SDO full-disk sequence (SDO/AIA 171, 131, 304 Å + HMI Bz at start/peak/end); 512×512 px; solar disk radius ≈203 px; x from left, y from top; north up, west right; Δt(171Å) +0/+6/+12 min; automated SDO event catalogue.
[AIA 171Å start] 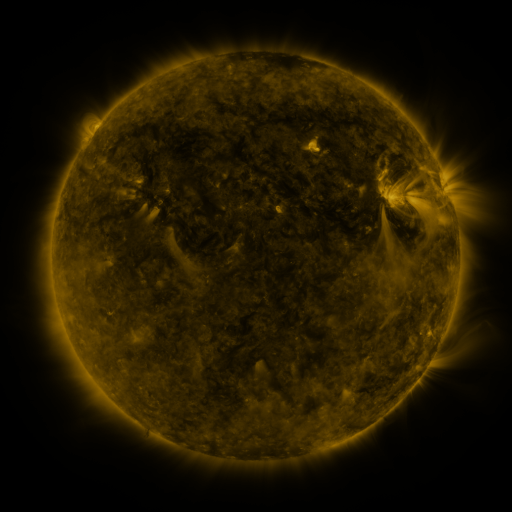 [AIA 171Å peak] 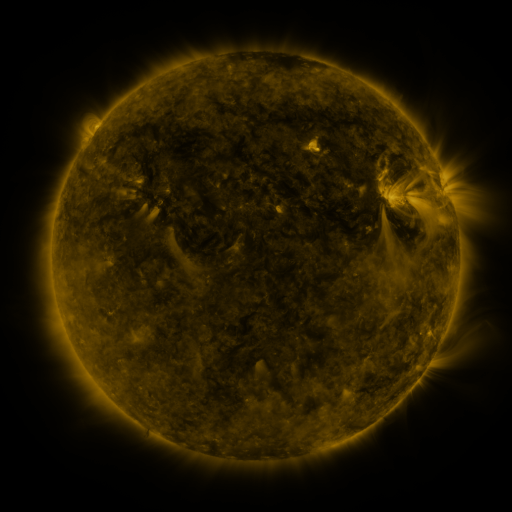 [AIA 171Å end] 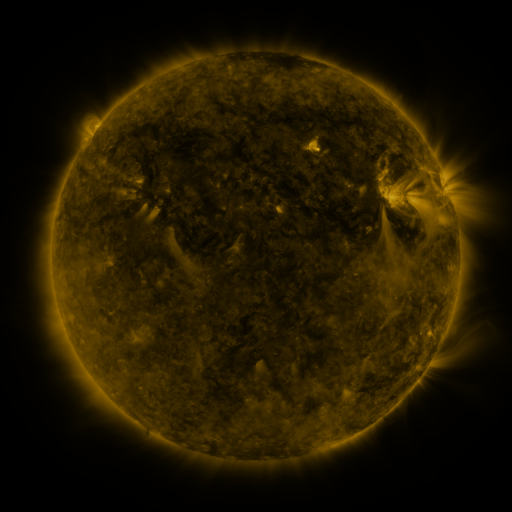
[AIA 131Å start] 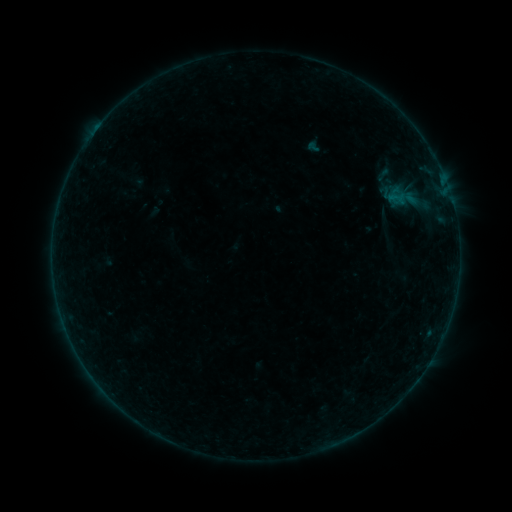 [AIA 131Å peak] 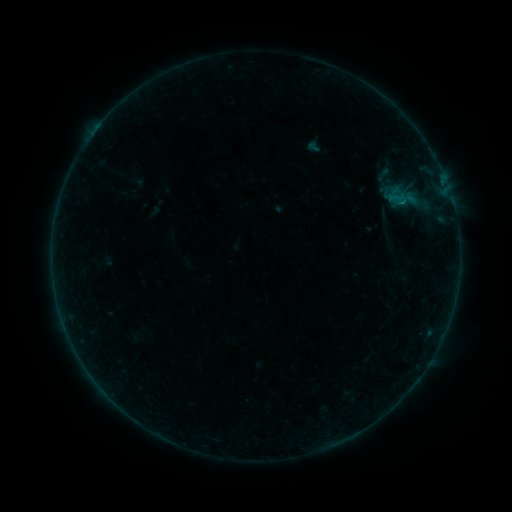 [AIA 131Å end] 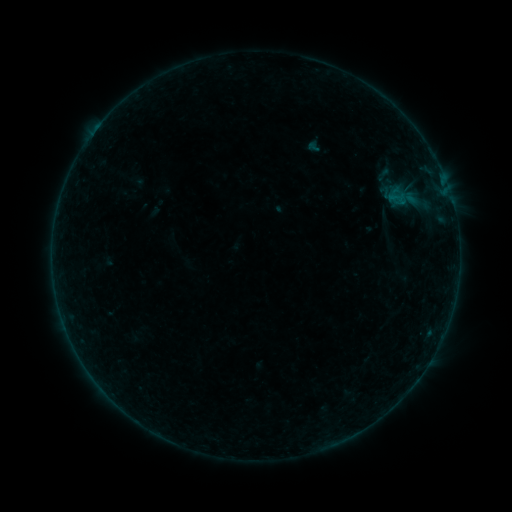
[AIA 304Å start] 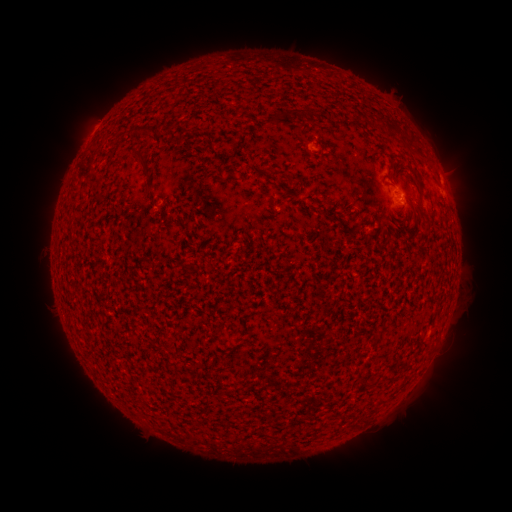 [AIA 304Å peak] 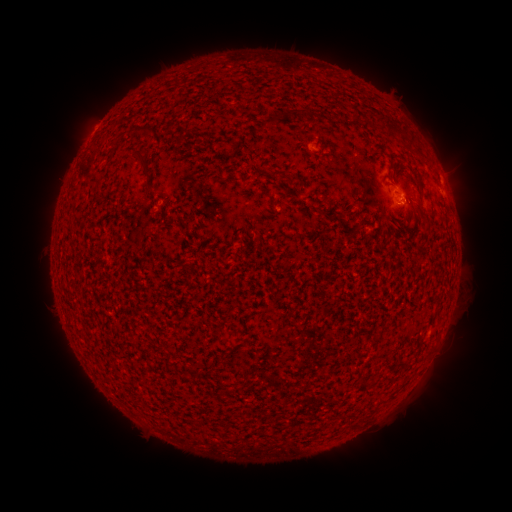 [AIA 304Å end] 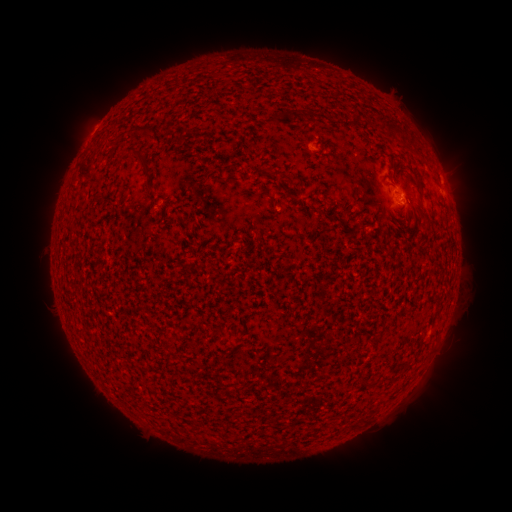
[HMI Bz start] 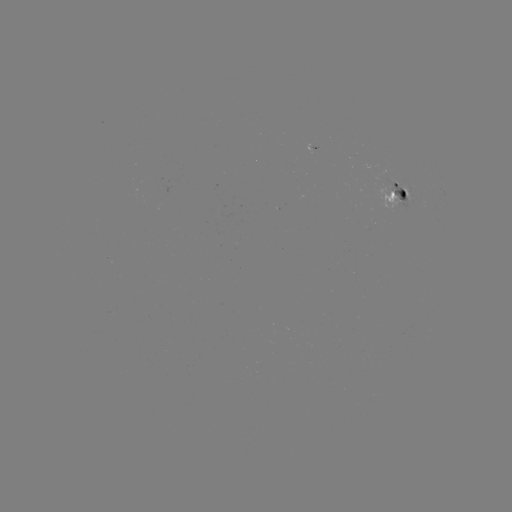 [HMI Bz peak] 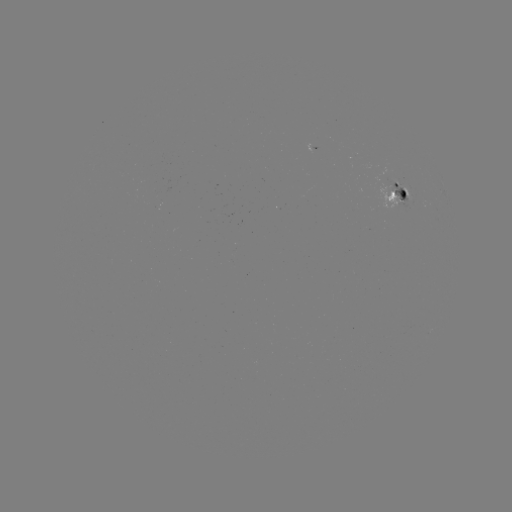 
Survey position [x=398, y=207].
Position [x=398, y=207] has B1.4 flare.